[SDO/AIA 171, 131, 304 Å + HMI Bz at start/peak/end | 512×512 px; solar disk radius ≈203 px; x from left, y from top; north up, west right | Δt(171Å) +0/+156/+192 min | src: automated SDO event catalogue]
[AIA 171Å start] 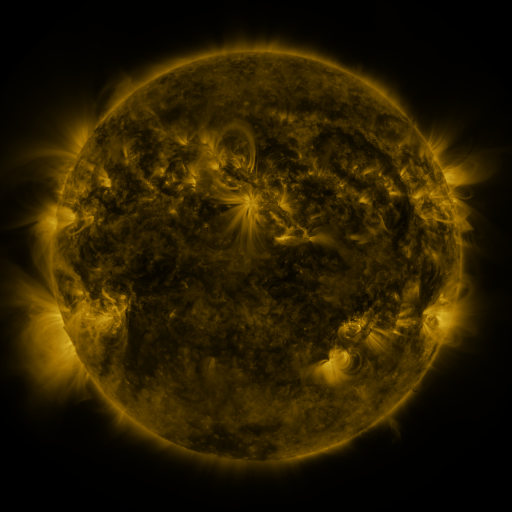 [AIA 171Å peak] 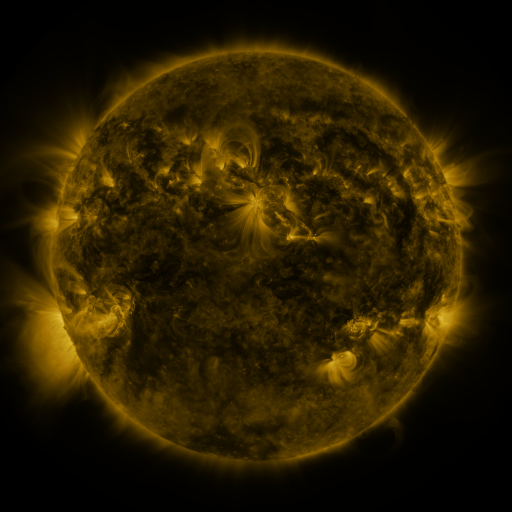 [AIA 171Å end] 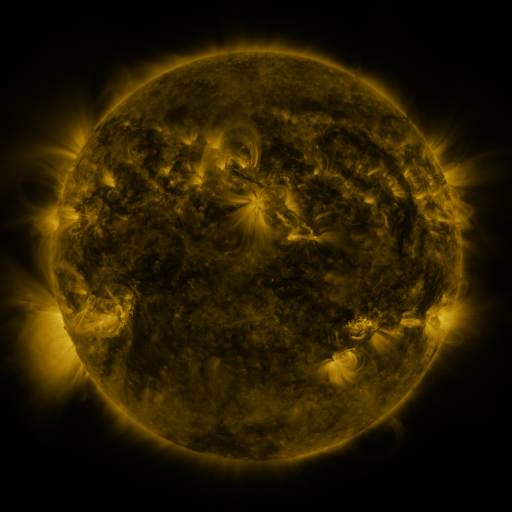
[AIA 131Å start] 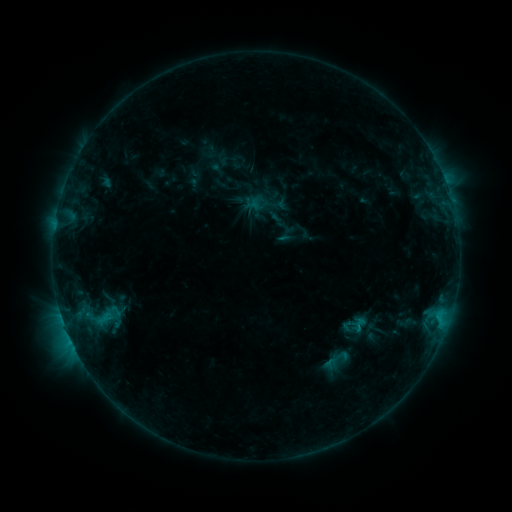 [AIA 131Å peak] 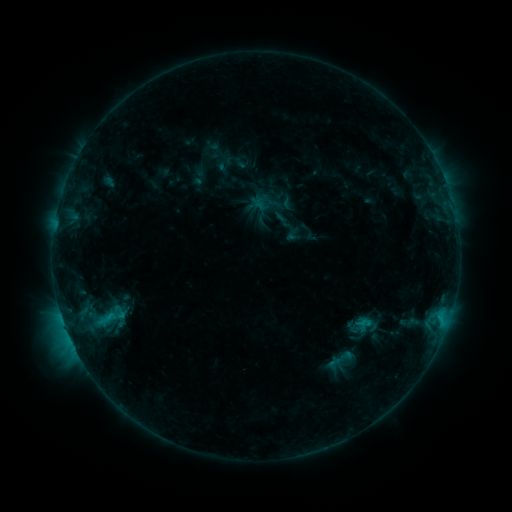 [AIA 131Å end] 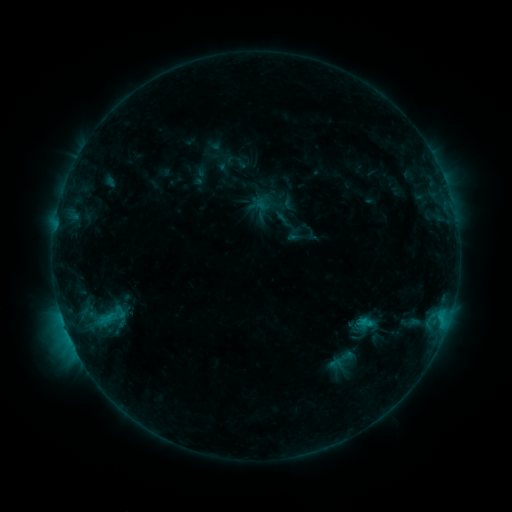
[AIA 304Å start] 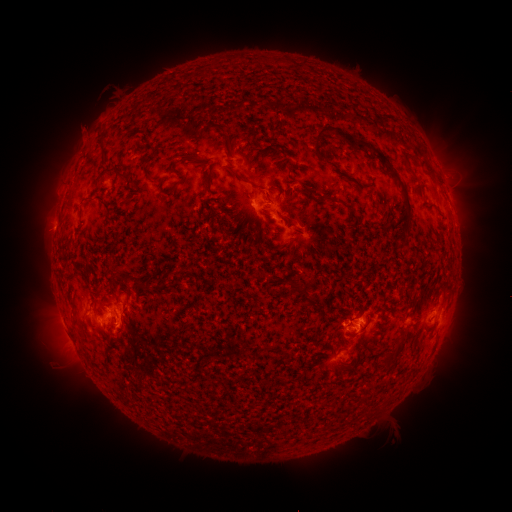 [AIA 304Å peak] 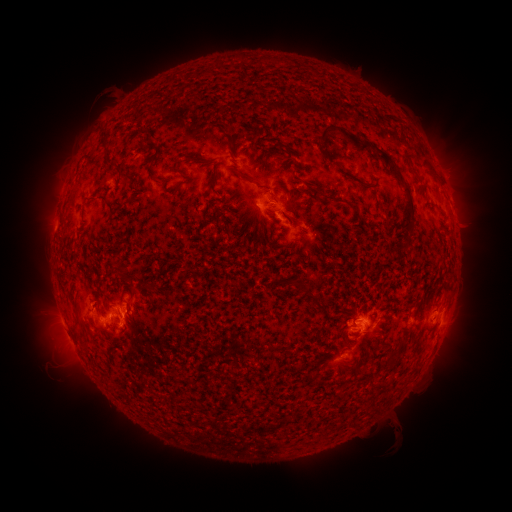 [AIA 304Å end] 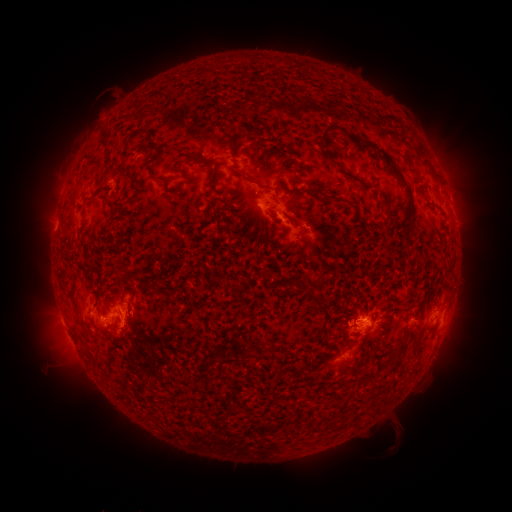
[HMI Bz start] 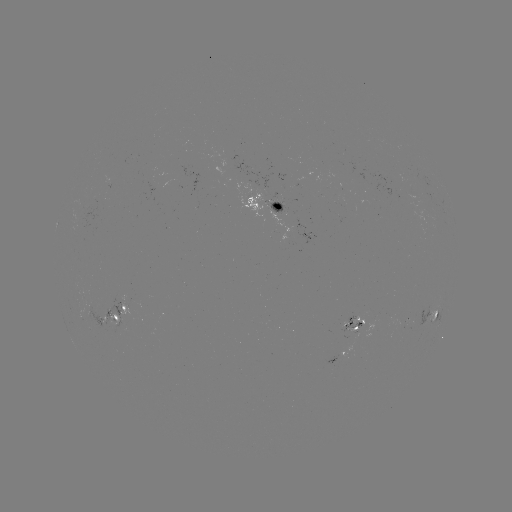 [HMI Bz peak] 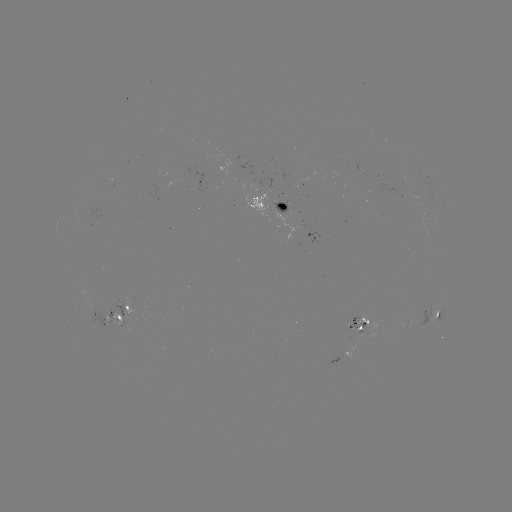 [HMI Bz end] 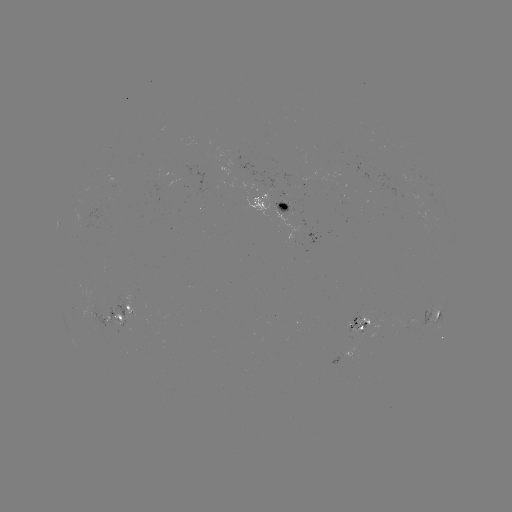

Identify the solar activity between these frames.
emerging-flux region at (277, 208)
